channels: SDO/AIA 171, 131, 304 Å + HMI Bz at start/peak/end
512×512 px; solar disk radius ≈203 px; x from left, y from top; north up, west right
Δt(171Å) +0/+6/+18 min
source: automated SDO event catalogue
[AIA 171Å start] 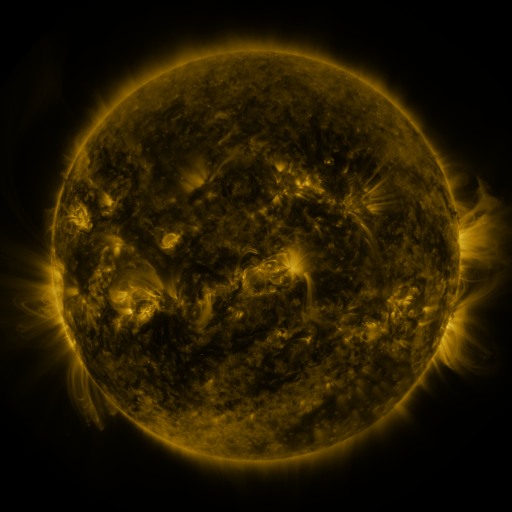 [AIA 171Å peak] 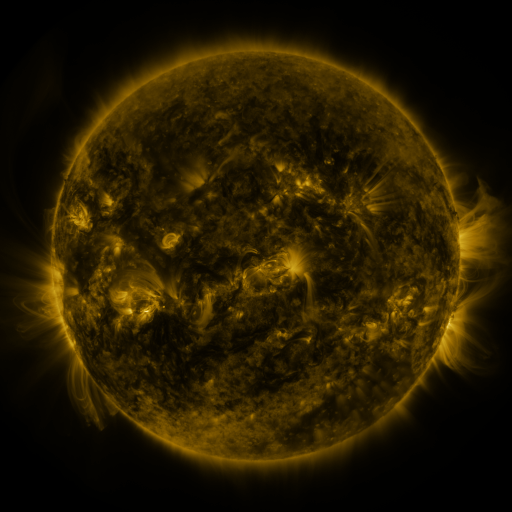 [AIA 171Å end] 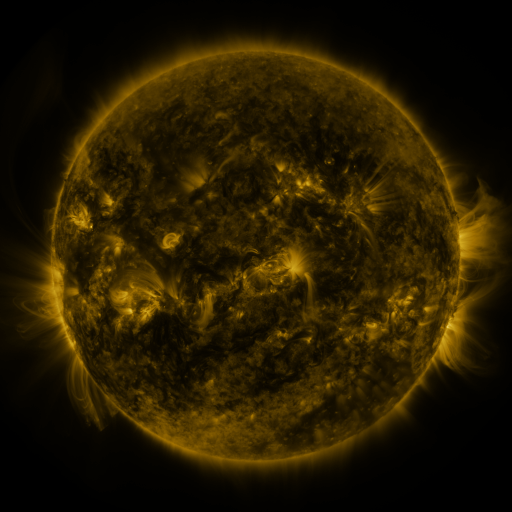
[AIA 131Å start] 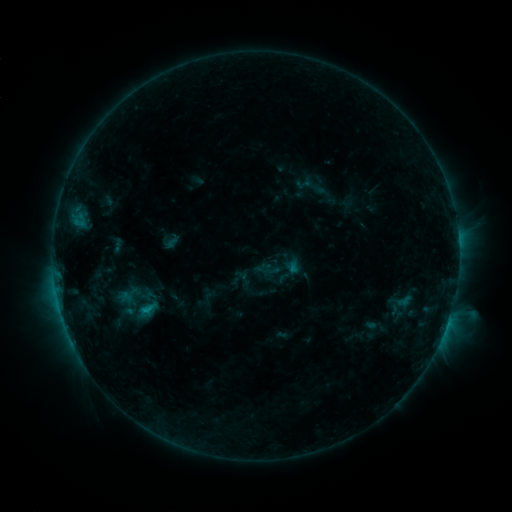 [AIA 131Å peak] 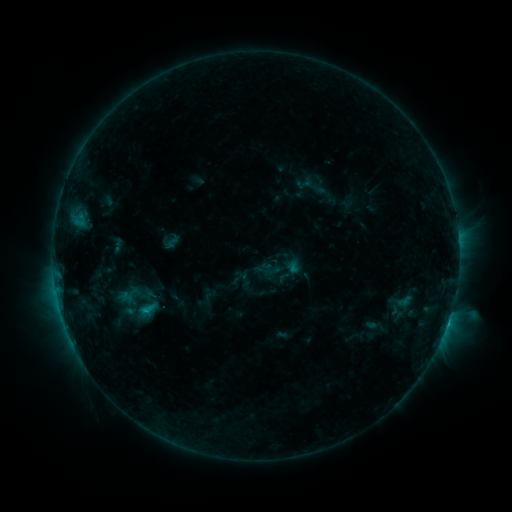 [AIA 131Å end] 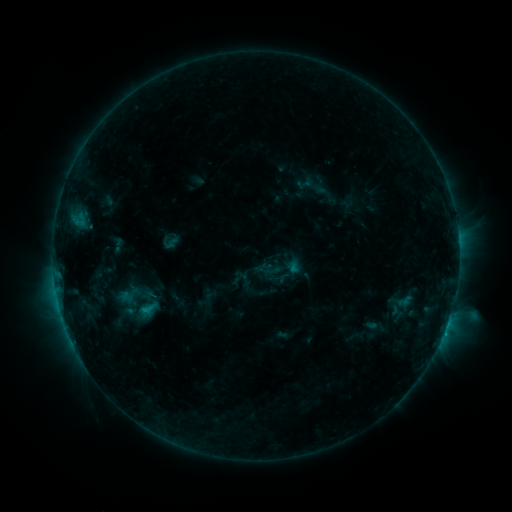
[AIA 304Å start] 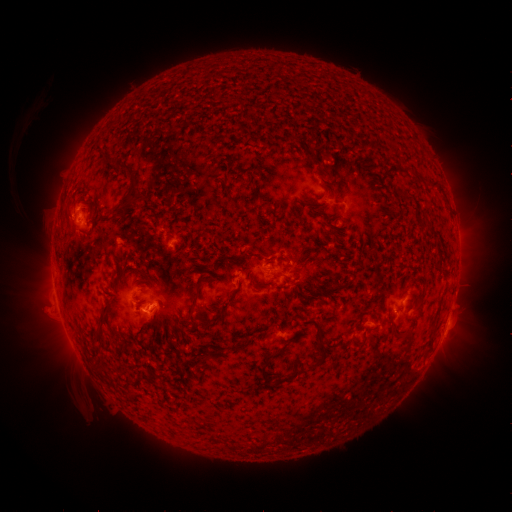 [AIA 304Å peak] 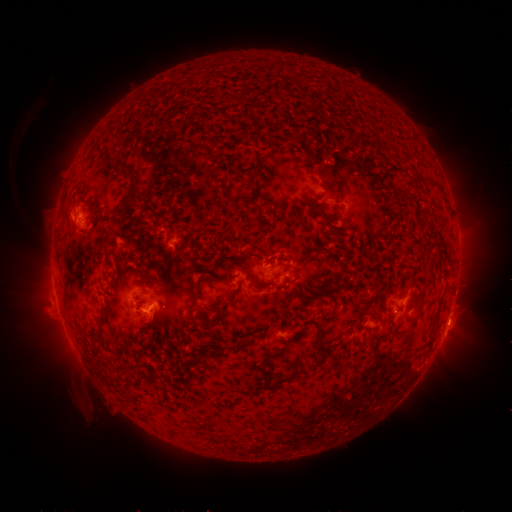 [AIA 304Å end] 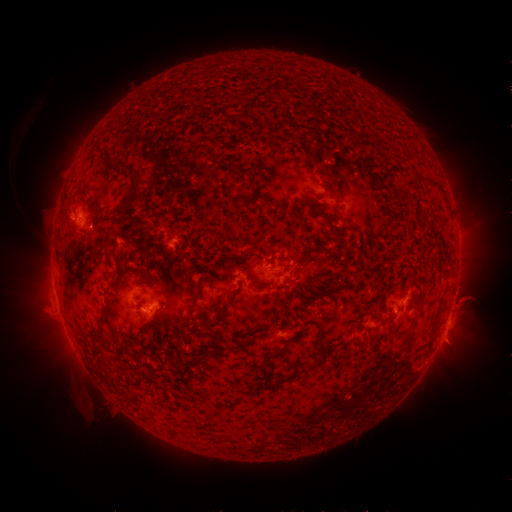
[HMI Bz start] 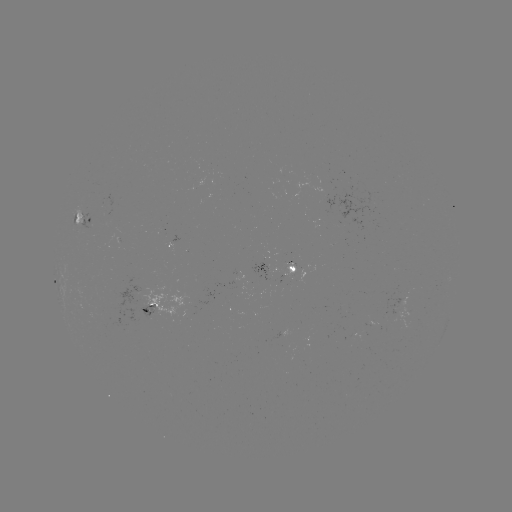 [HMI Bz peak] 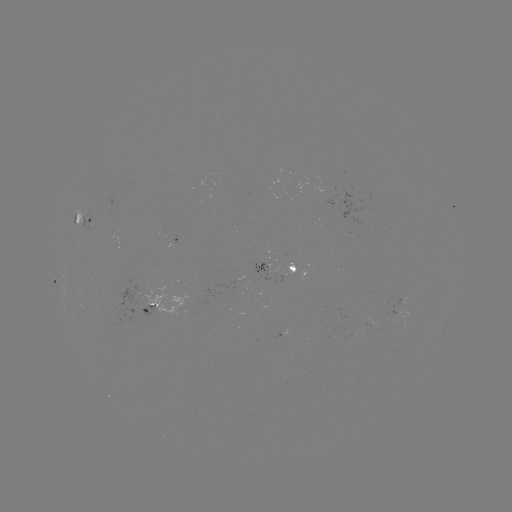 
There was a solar eruption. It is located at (459, 306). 